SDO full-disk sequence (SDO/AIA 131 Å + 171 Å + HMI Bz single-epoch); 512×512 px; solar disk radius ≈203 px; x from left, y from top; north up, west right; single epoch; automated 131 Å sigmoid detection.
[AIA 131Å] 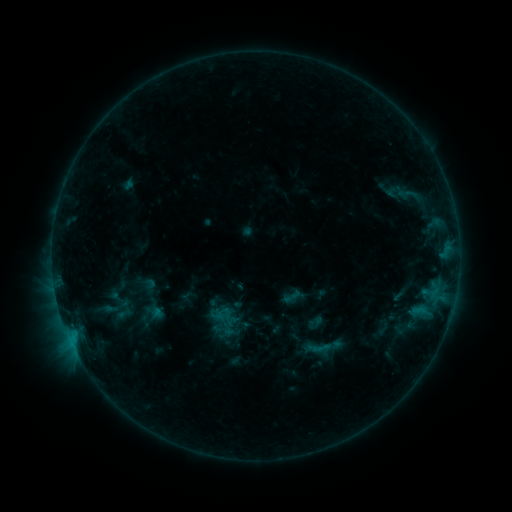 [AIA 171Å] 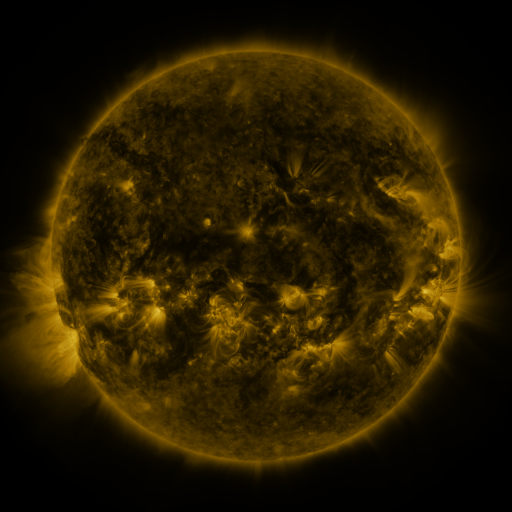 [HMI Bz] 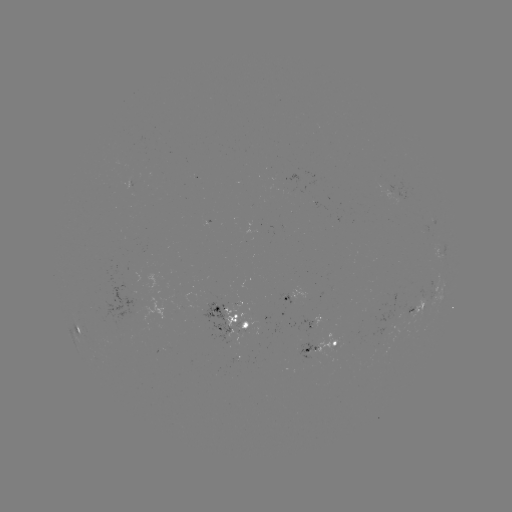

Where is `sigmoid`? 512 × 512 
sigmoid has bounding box [225, 292, 244, 311].